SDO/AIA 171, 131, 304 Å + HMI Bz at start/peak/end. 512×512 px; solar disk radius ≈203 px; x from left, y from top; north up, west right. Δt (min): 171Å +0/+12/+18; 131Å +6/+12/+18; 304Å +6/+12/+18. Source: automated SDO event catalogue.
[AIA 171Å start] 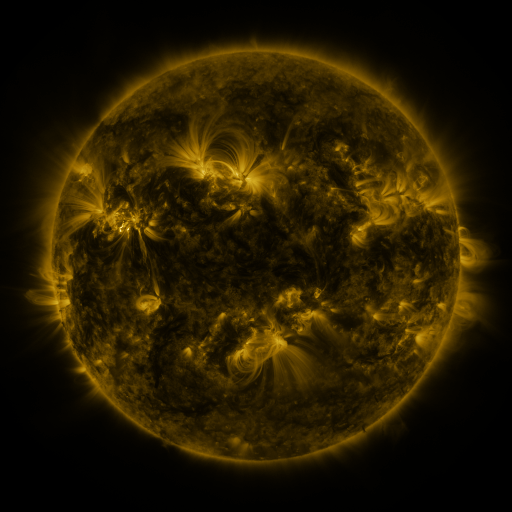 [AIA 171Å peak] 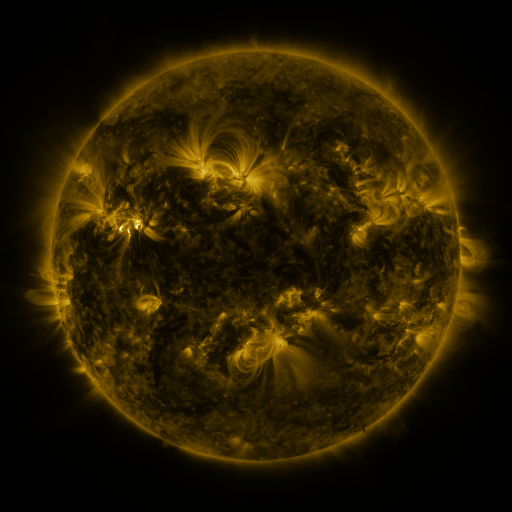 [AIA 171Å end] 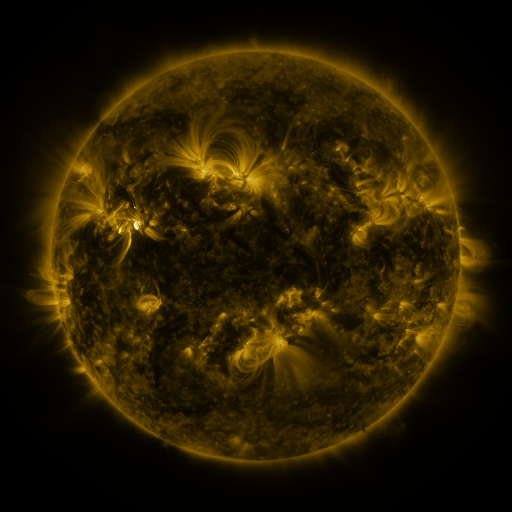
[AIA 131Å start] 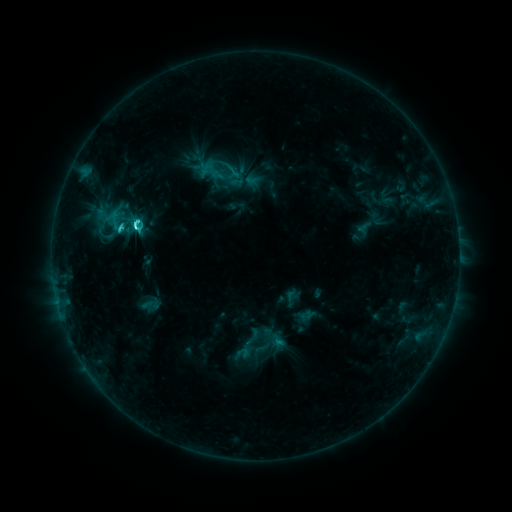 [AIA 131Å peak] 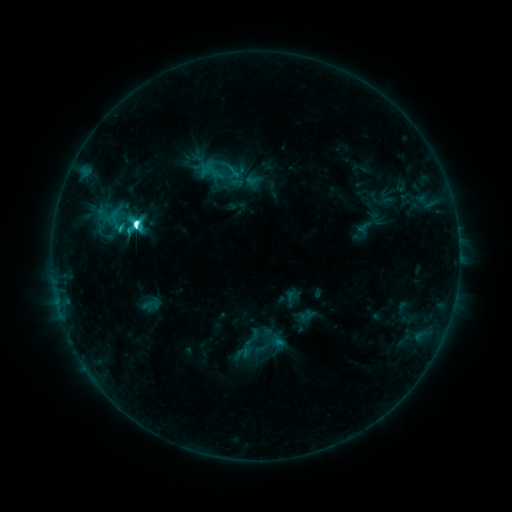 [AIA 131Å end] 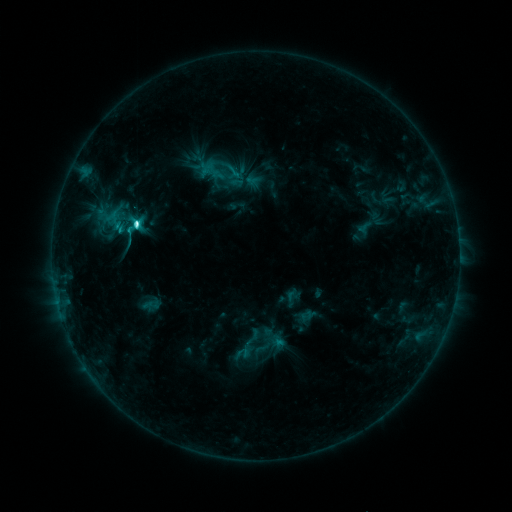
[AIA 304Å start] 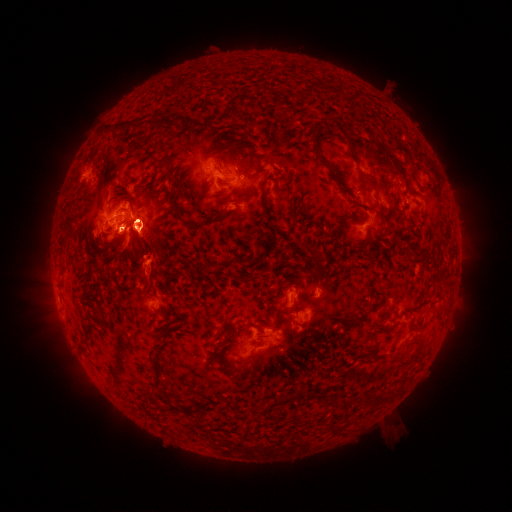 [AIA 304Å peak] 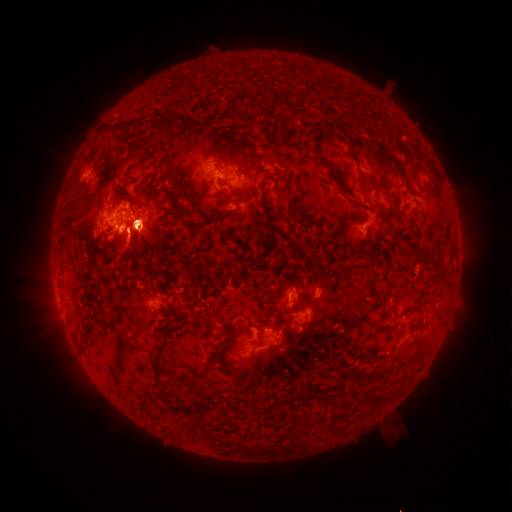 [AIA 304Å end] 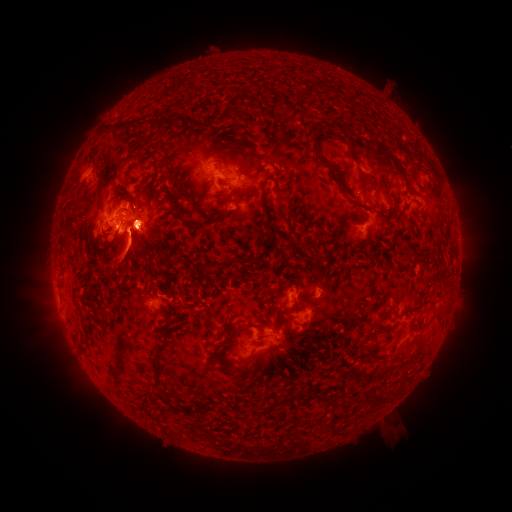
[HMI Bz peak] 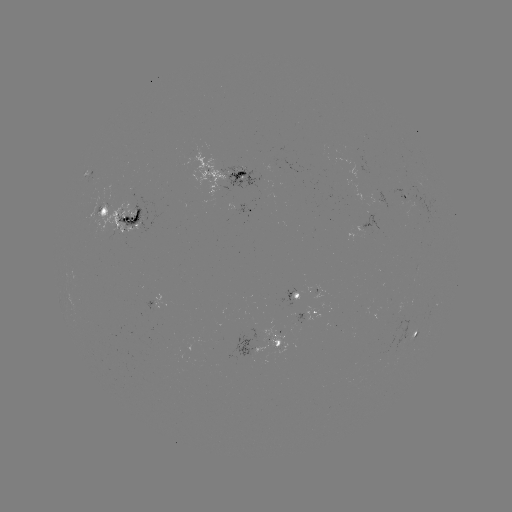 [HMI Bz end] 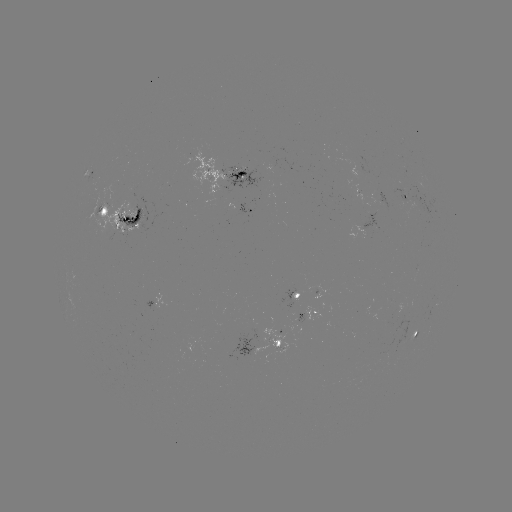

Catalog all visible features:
eruption: (55, 320)
